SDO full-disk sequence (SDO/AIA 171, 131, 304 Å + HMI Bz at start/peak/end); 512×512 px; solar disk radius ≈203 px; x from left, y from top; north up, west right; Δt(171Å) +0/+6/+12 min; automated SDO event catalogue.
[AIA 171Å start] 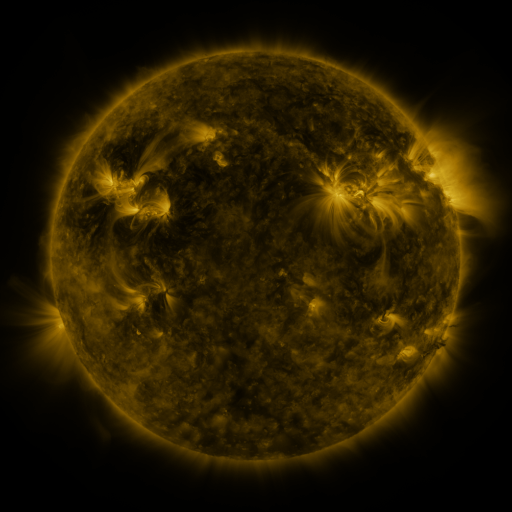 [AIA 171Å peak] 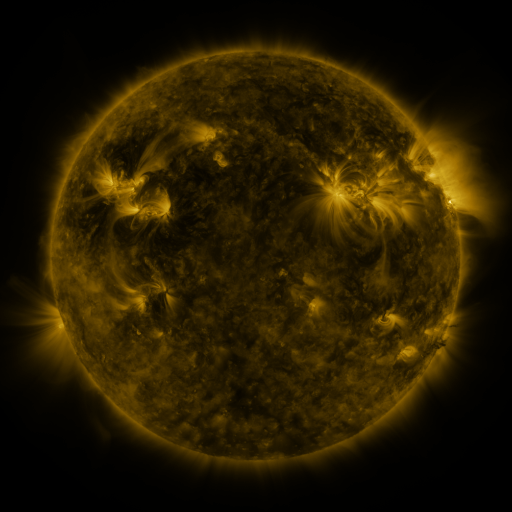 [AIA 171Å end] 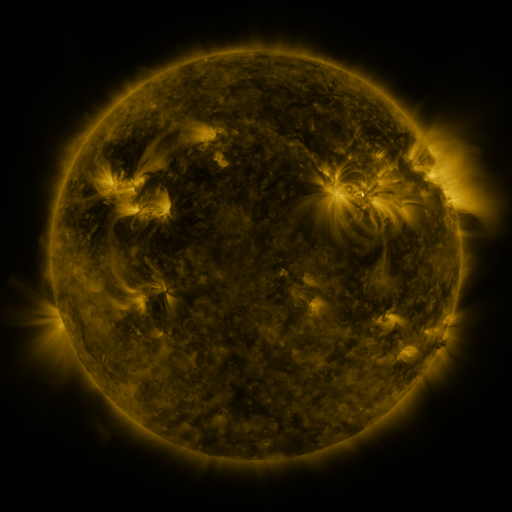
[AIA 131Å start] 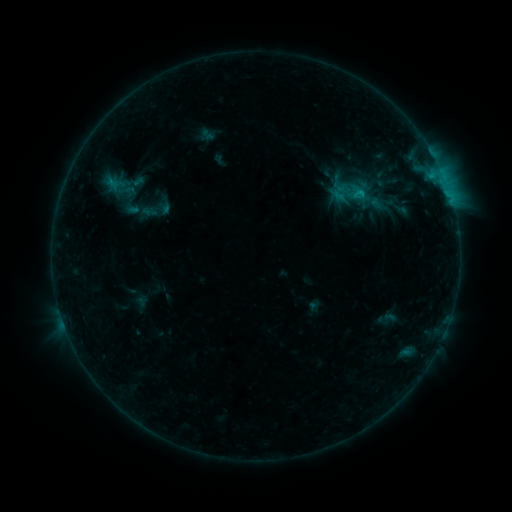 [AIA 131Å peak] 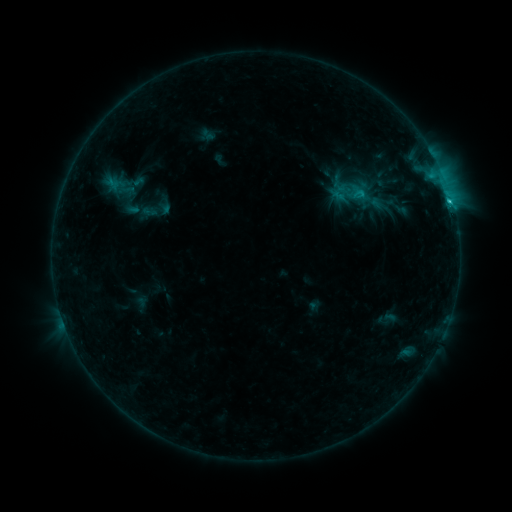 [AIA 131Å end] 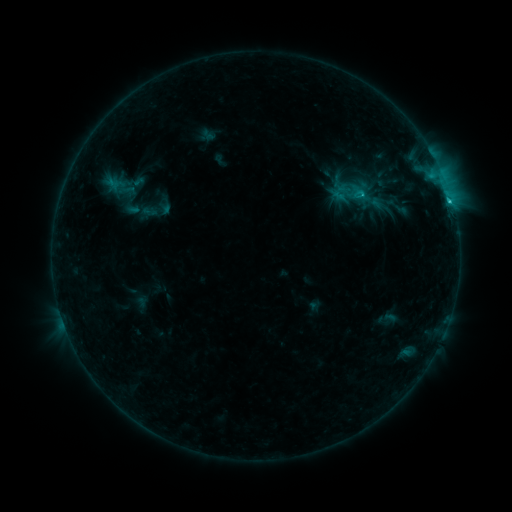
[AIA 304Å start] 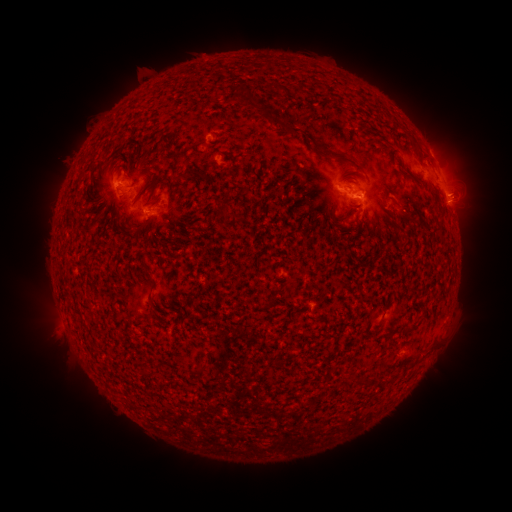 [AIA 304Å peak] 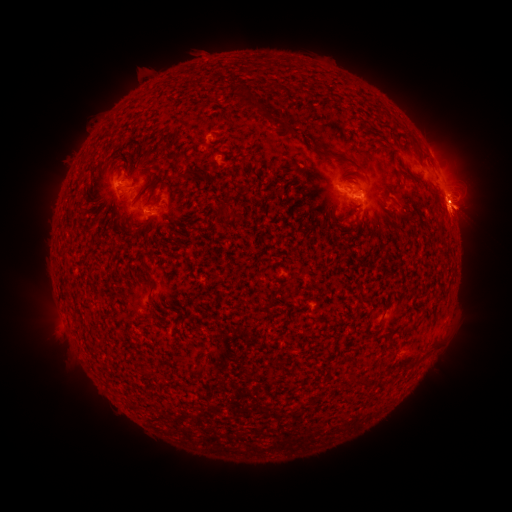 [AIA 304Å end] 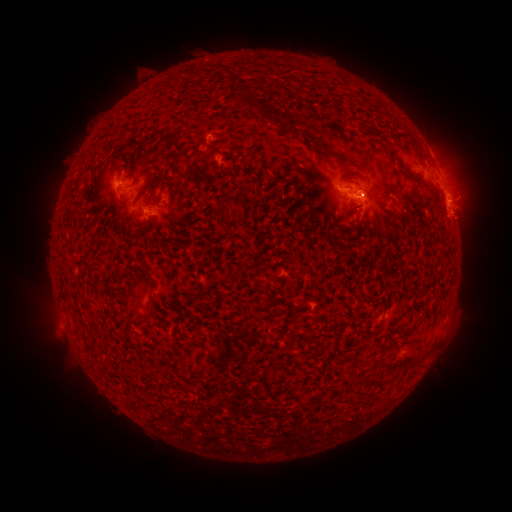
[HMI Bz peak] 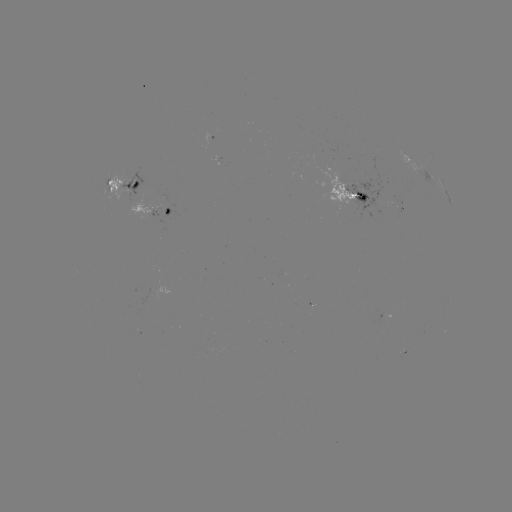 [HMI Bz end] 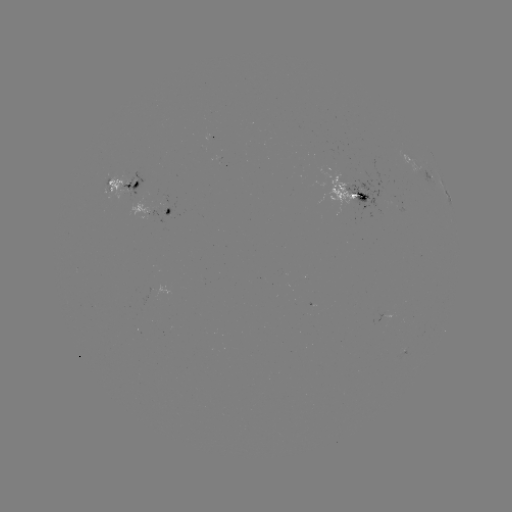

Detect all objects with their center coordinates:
eruption: (461, 209)
